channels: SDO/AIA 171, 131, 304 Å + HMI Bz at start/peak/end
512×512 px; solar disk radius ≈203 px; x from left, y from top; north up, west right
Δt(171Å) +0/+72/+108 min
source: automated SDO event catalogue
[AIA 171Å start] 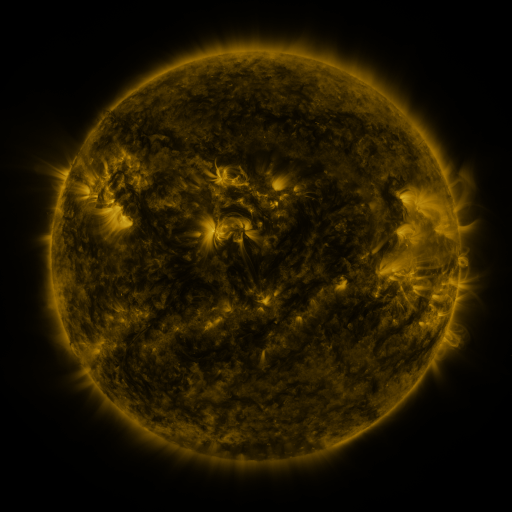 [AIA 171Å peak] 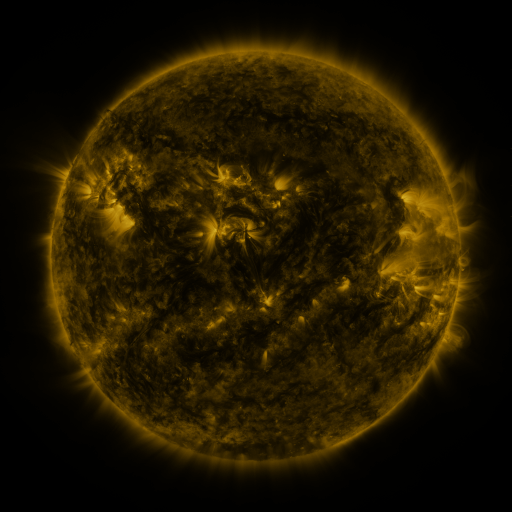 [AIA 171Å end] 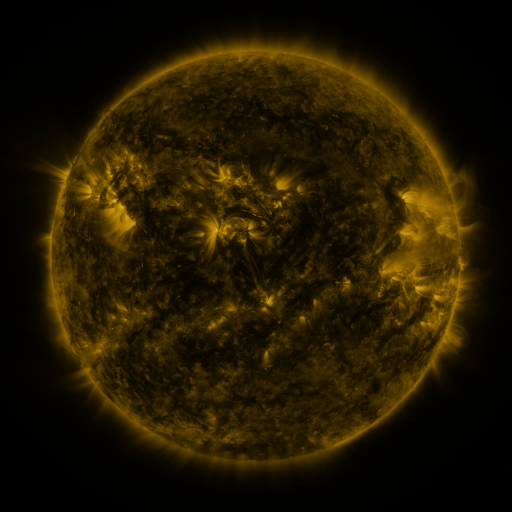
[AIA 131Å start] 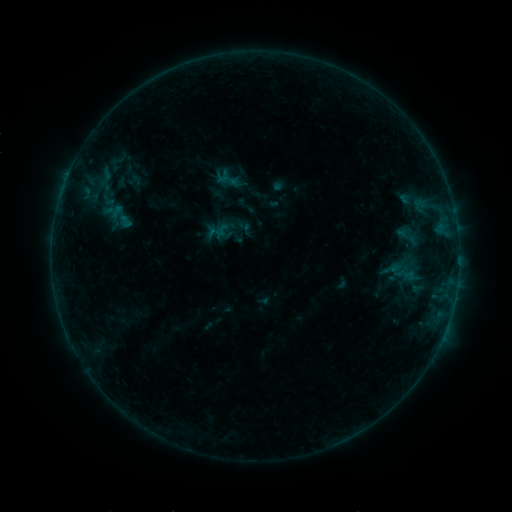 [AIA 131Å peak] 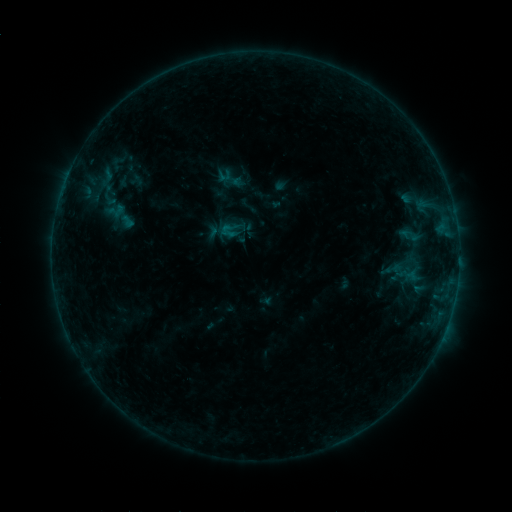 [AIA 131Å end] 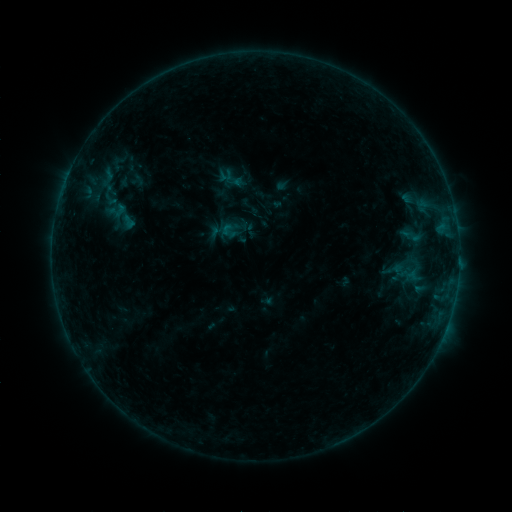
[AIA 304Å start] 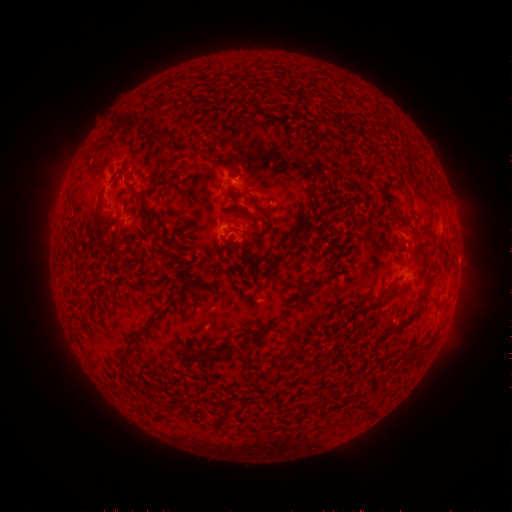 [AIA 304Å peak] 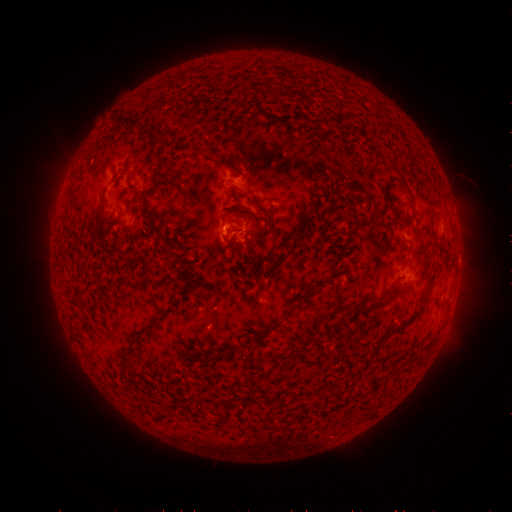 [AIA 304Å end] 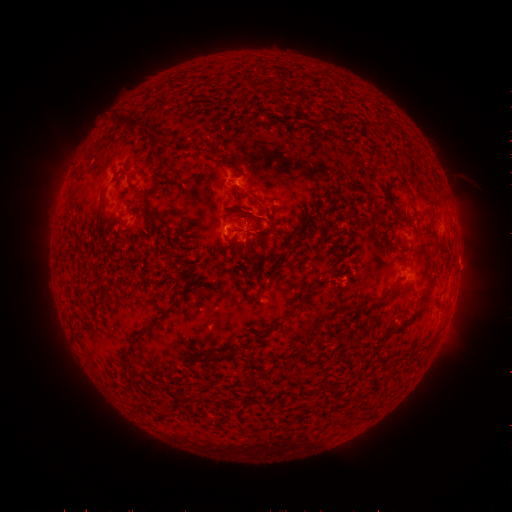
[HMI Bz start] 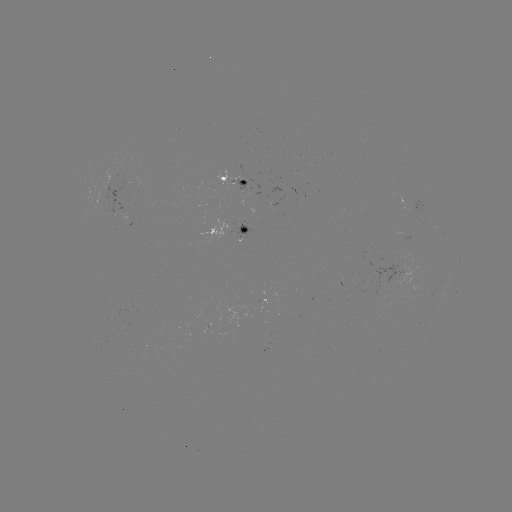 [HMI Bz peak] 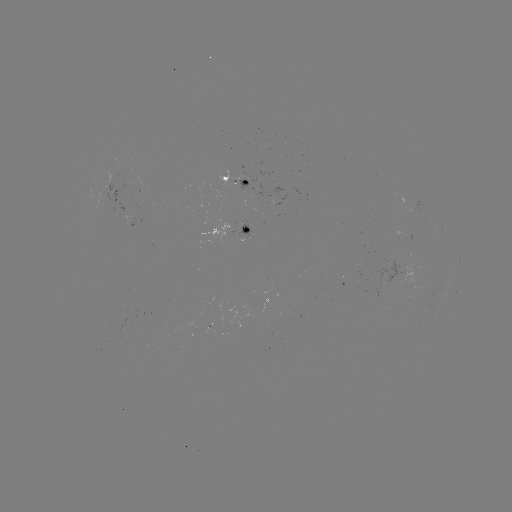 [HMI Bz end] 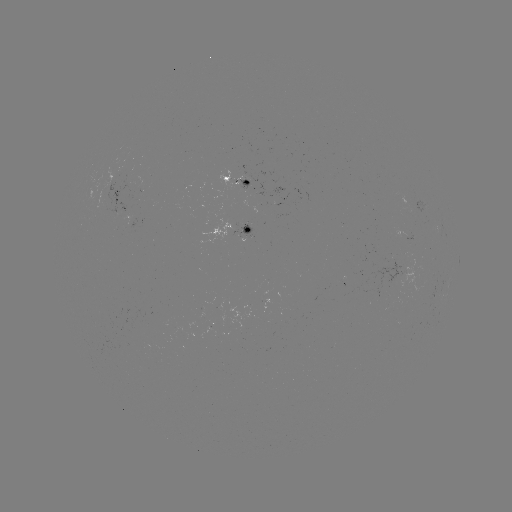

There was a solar emerging-flux region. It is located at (245, 228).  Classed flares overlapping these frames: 1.